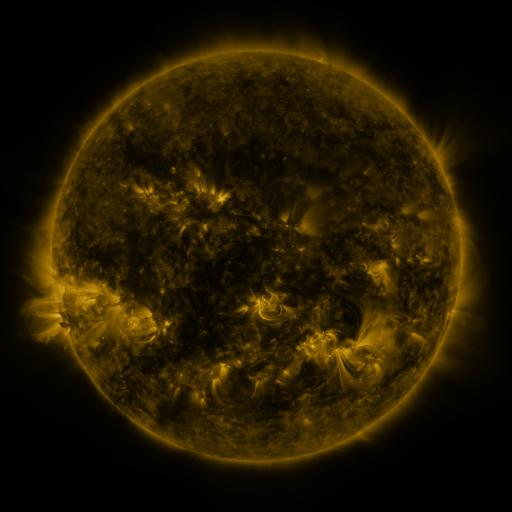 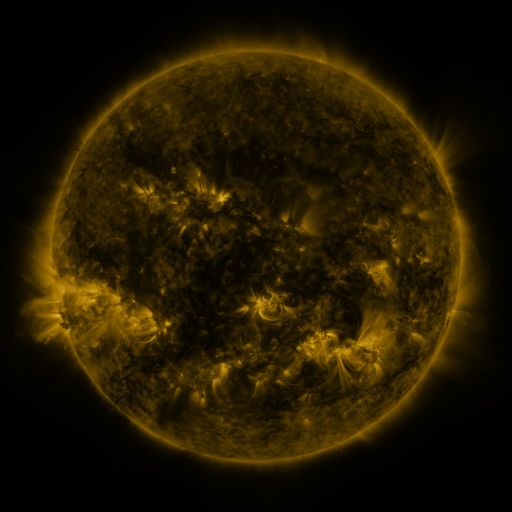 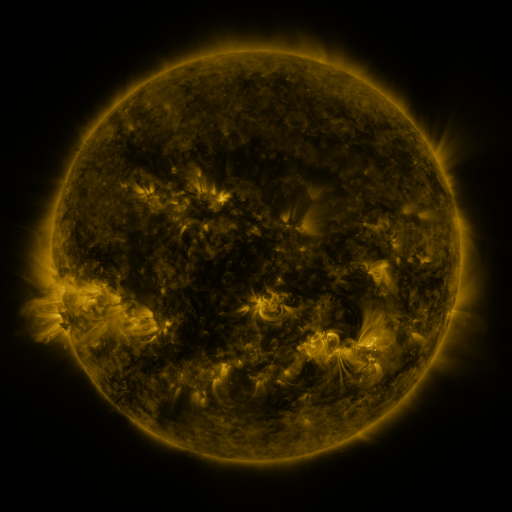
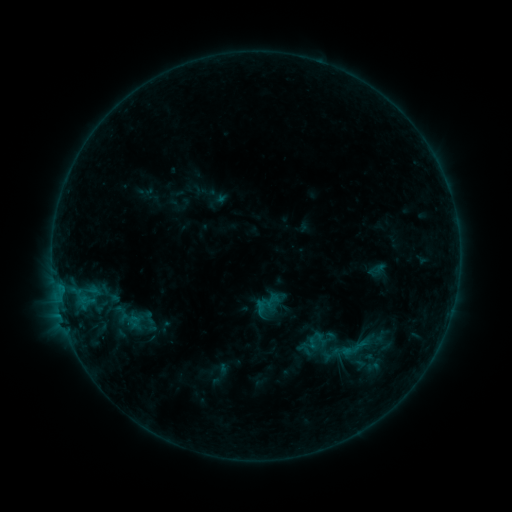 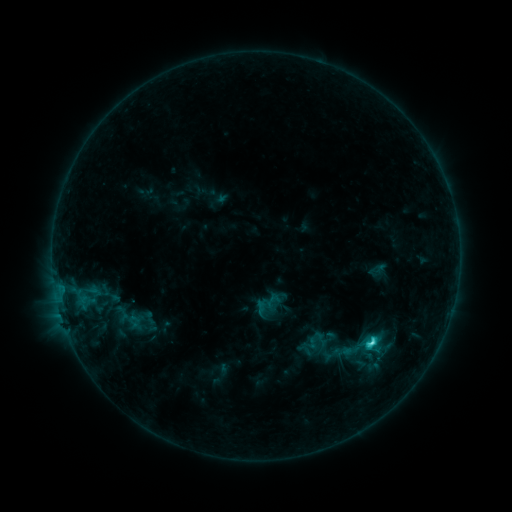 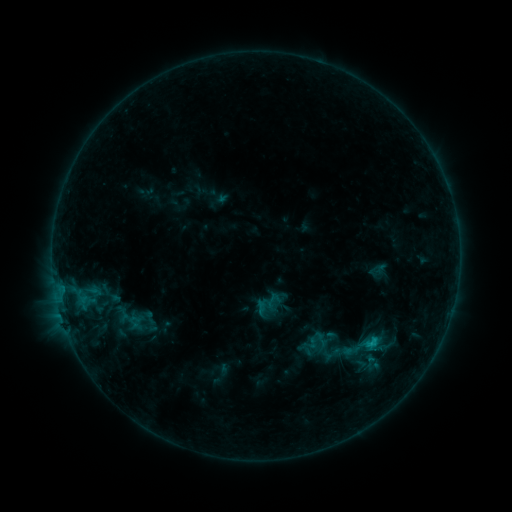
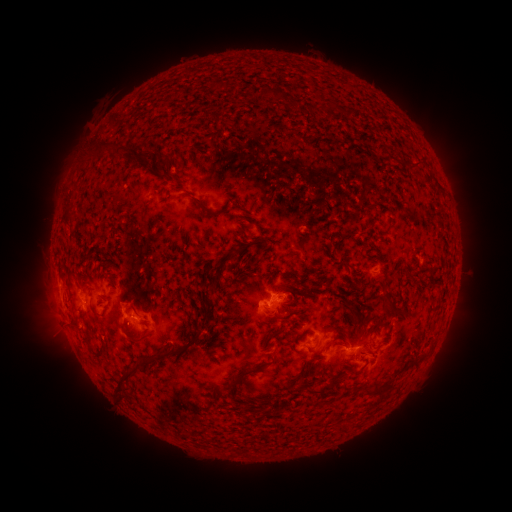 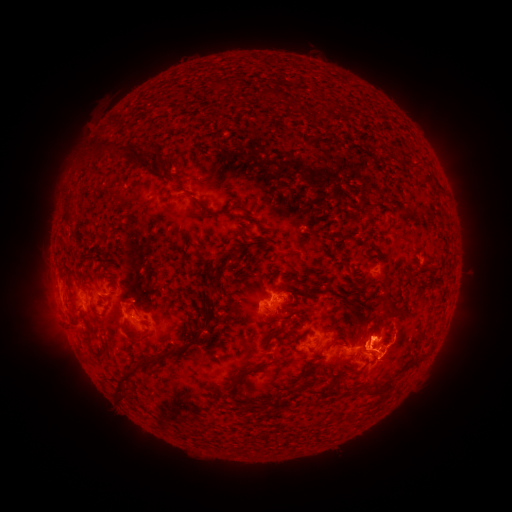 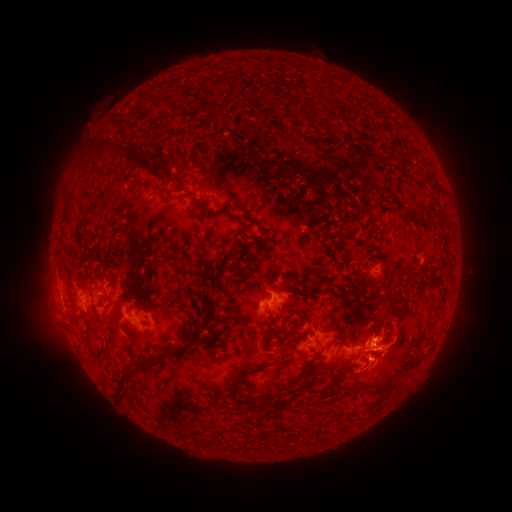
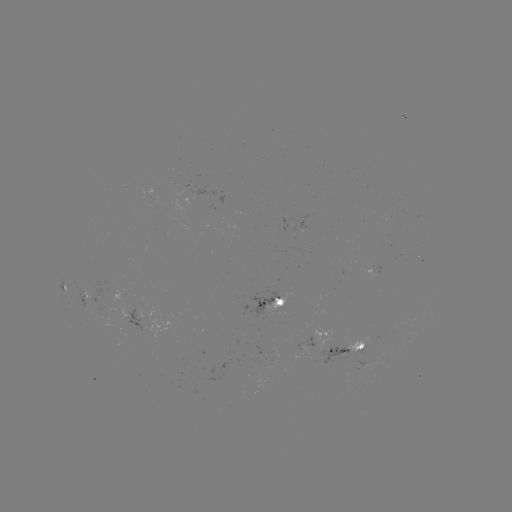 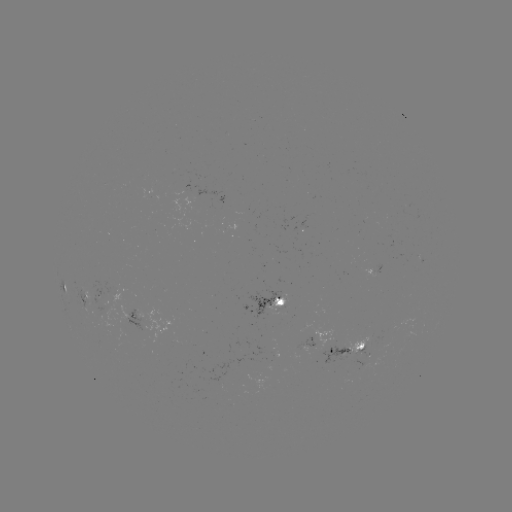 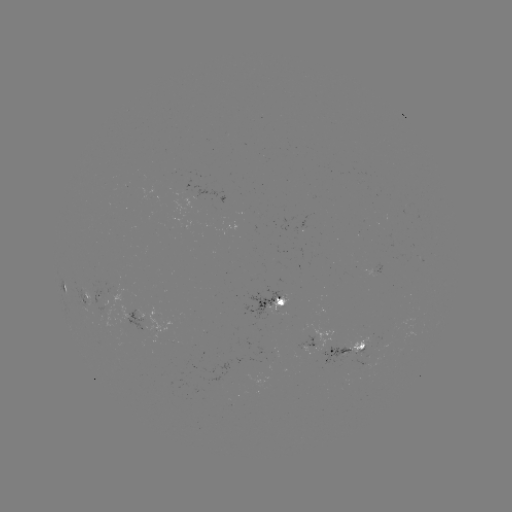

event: eruption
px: (388, 352)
